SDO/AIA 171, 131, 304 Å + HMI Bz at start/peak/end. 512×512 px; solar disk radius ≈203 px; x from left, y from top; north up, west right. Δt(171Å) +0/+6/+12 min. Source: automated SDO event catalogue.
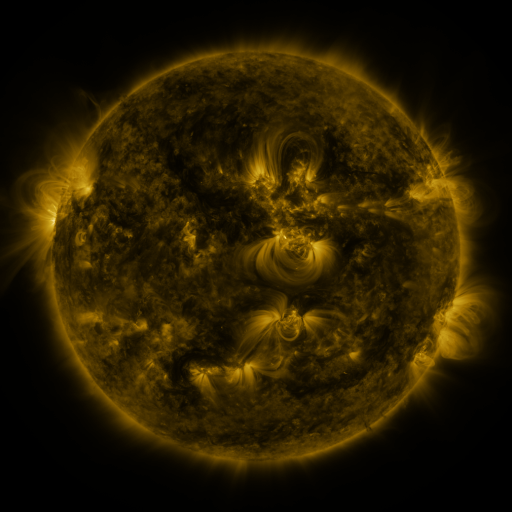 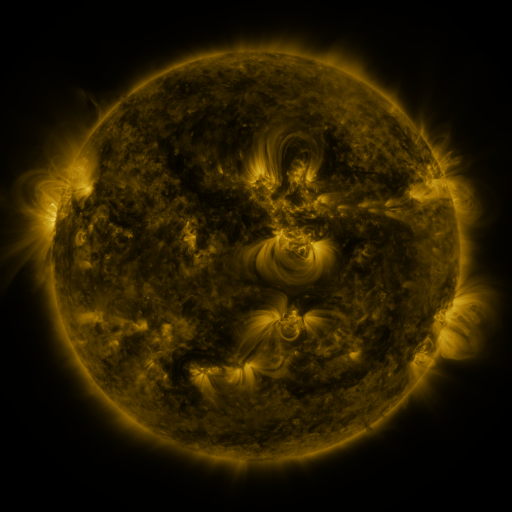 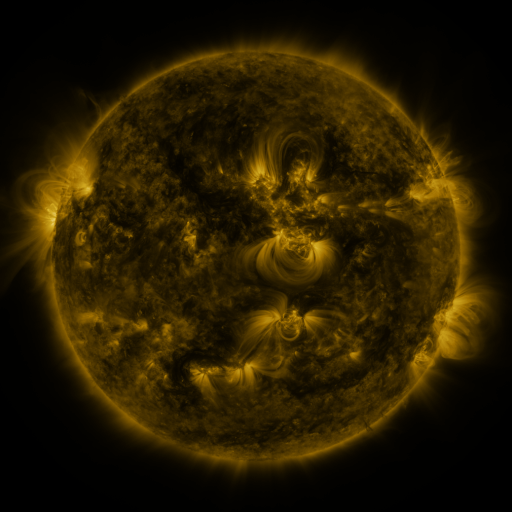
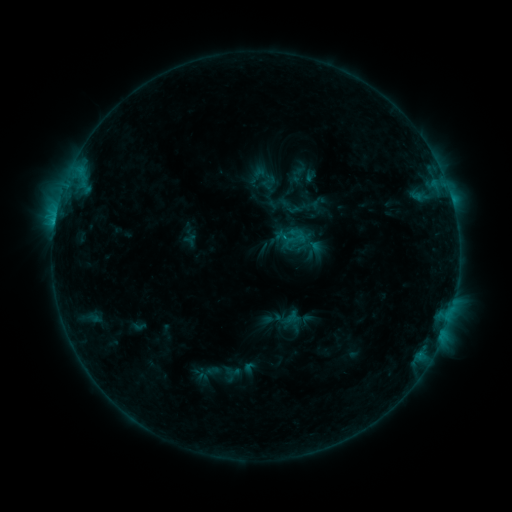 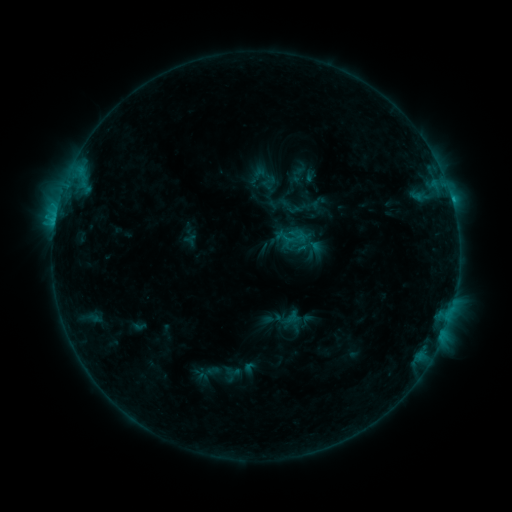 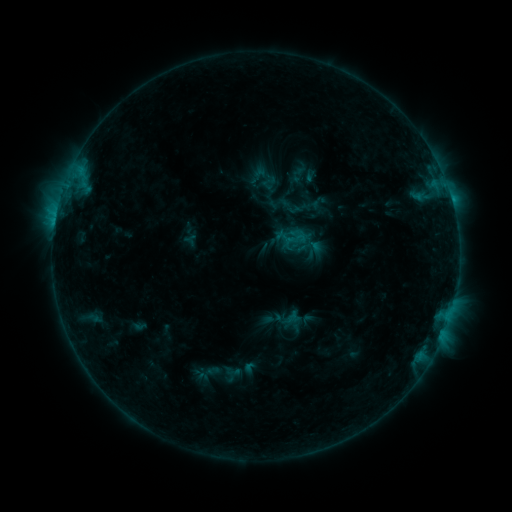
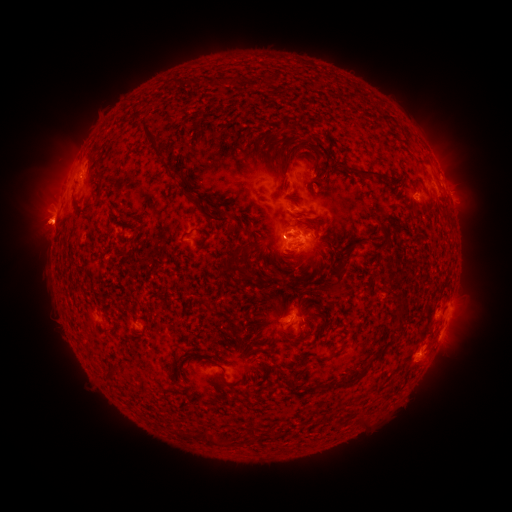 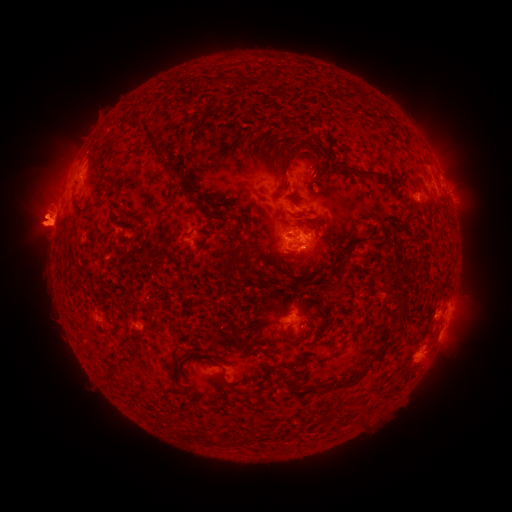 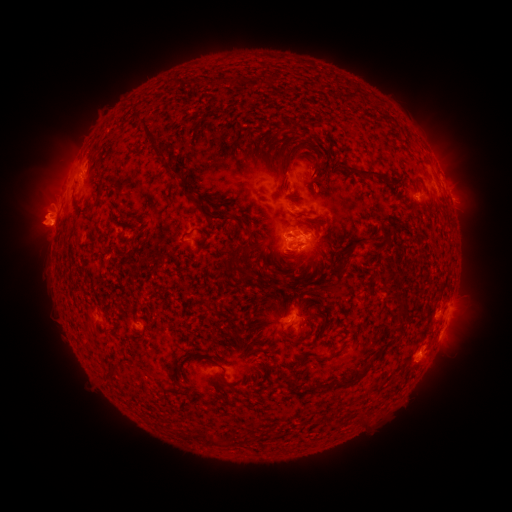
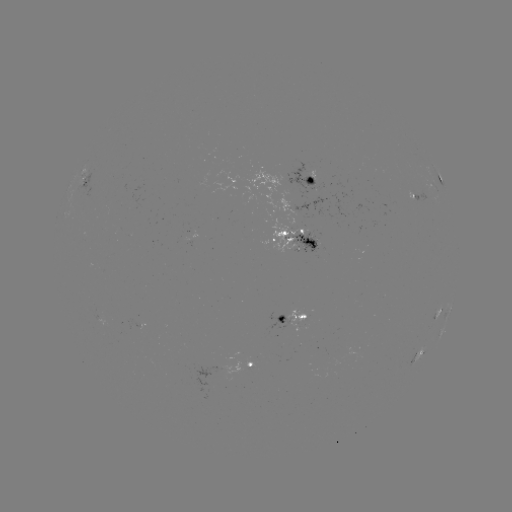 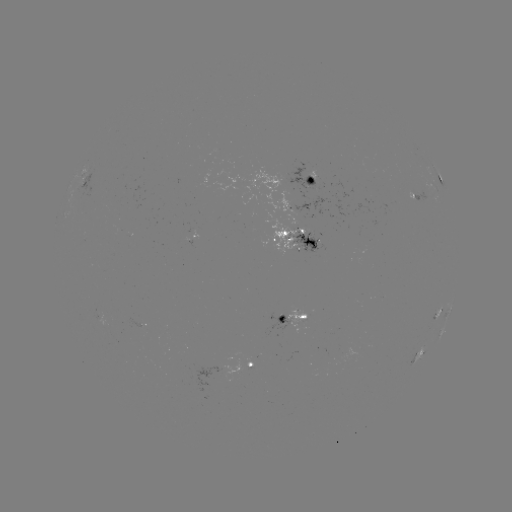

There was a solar eruption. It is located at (41, 220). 